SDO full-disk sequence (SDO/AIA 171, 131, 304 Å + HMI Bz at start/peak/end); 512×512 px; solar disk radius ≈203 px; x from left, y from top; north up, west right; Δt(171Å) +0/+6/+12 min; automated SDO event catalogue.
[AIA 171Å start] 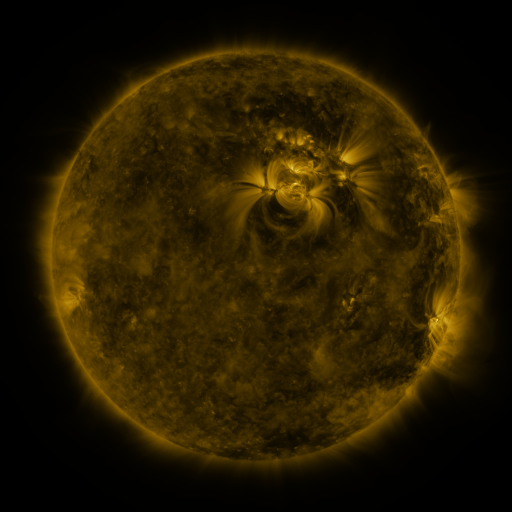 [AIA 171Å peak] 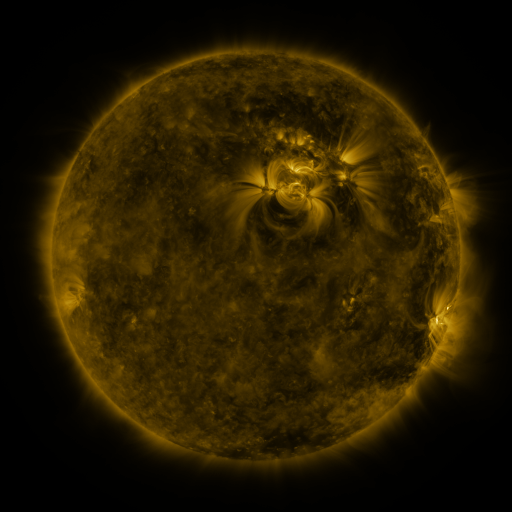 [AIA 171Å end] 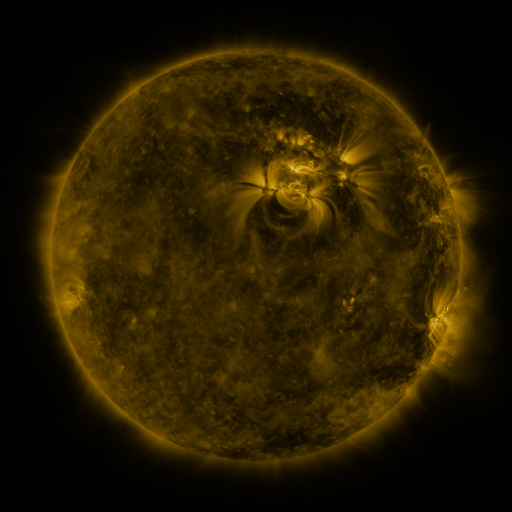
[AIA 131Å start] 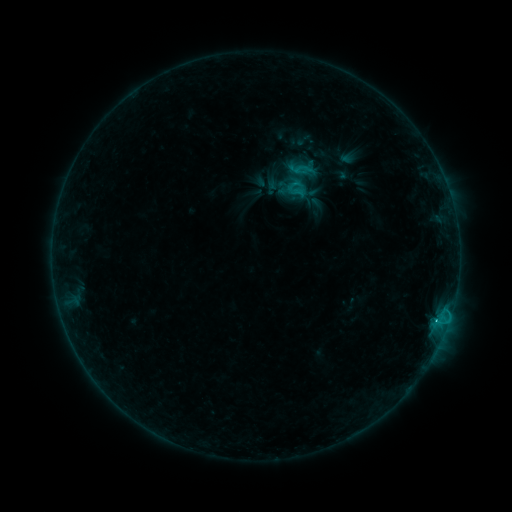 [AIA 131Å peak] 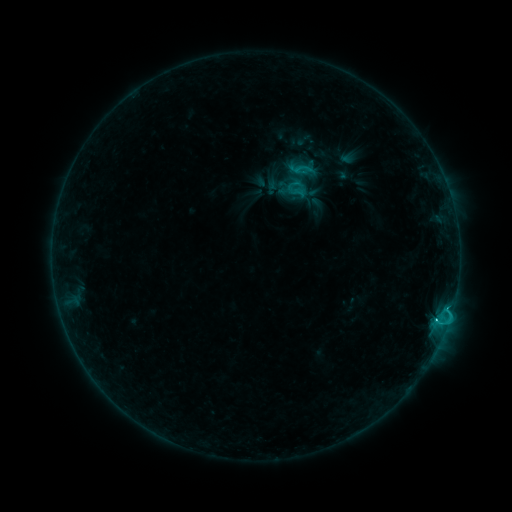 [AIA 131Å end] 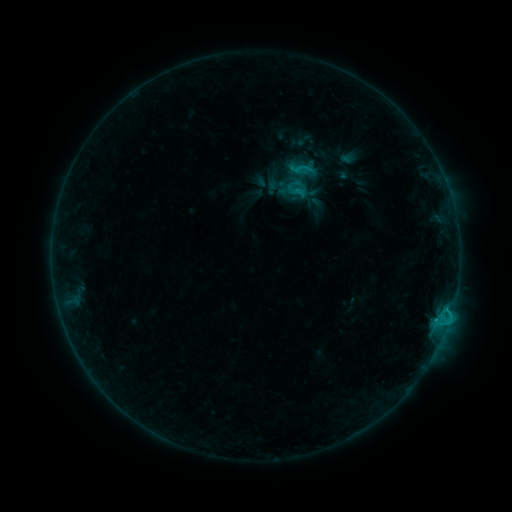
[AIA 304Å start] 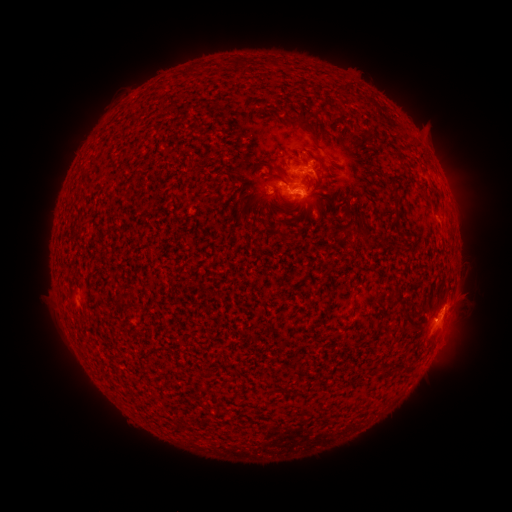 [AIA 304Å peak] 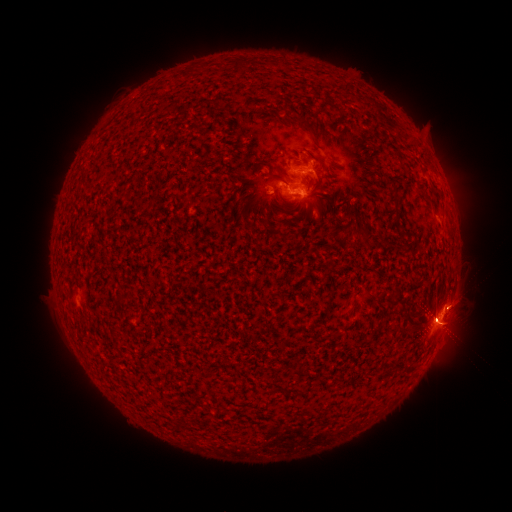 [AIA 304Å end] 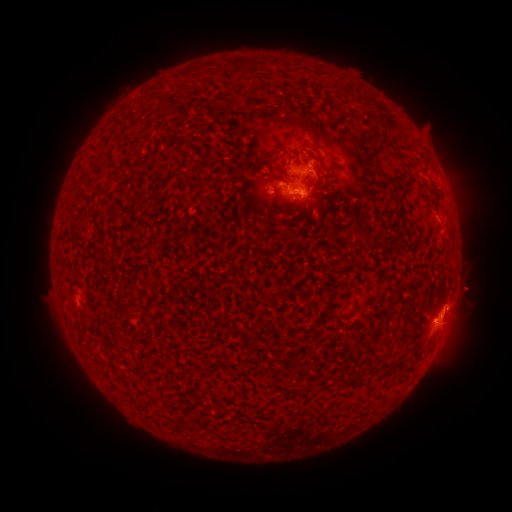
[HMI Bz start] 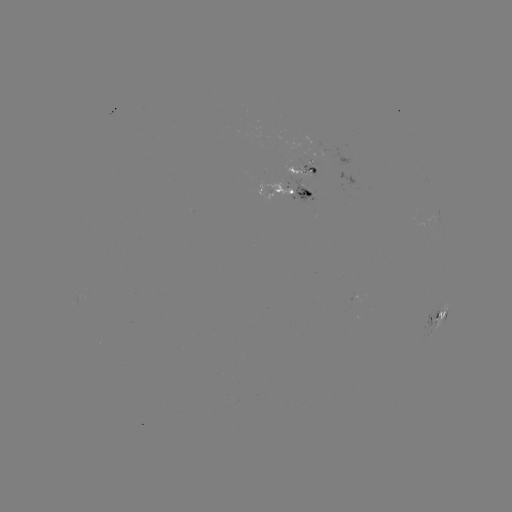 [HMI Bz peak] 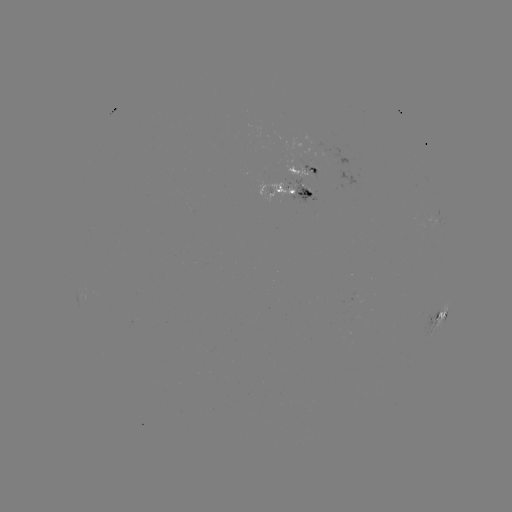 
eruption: [25, 282, 123, 412]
